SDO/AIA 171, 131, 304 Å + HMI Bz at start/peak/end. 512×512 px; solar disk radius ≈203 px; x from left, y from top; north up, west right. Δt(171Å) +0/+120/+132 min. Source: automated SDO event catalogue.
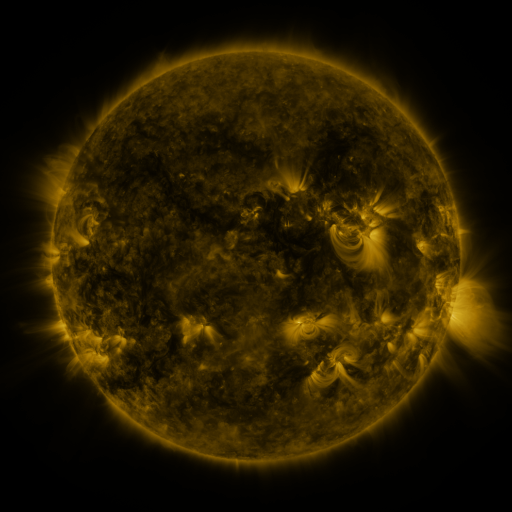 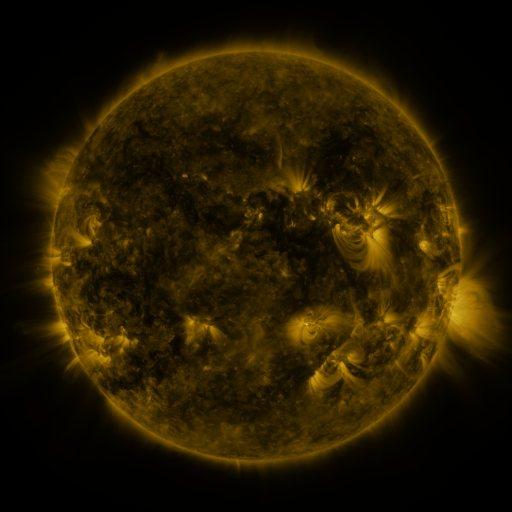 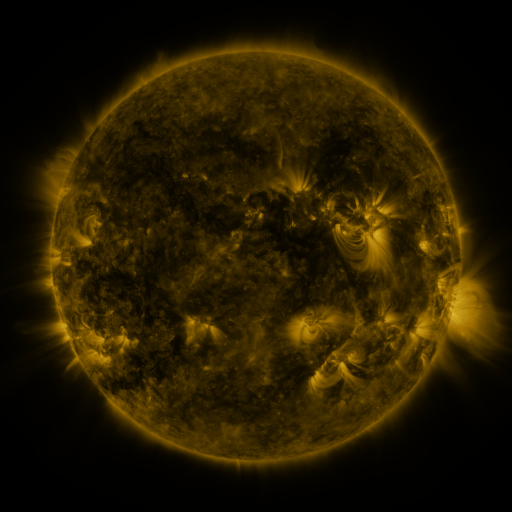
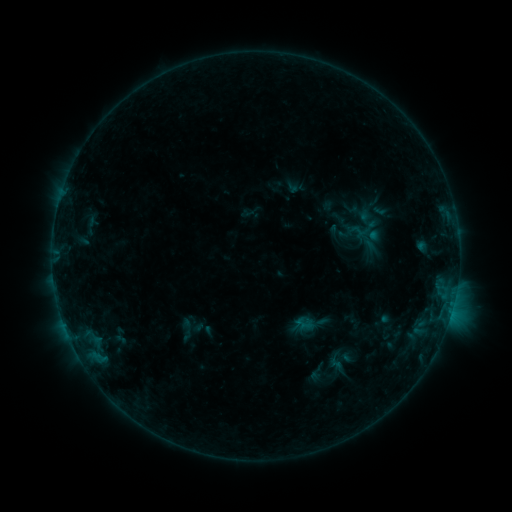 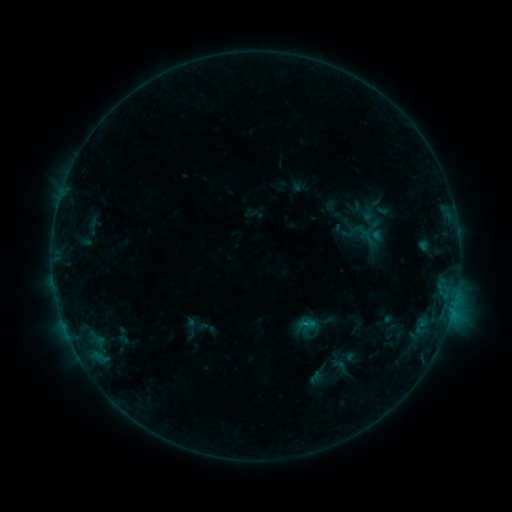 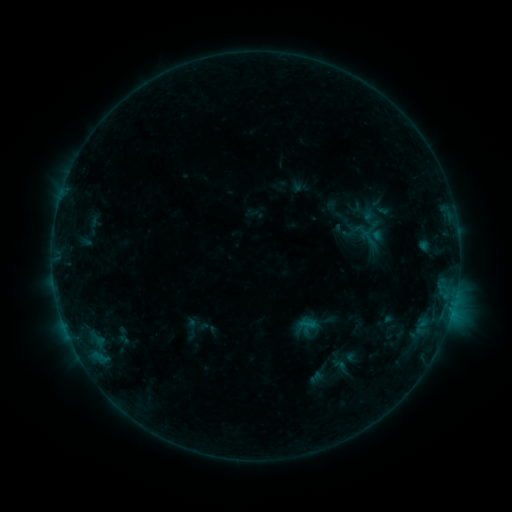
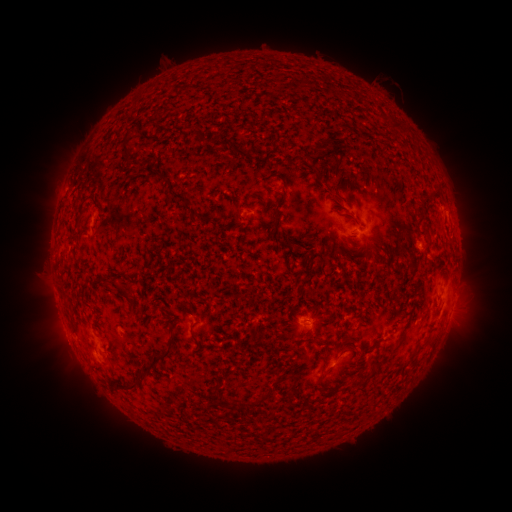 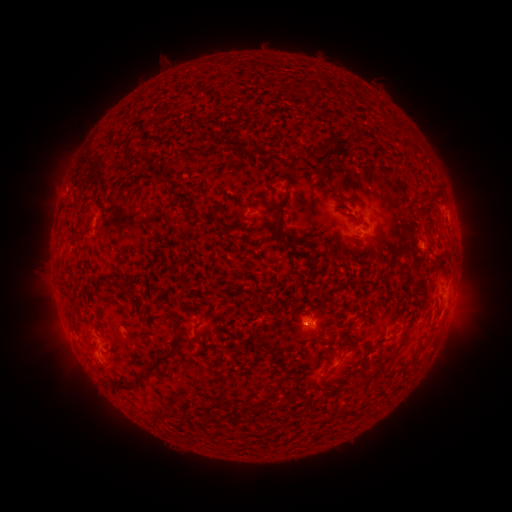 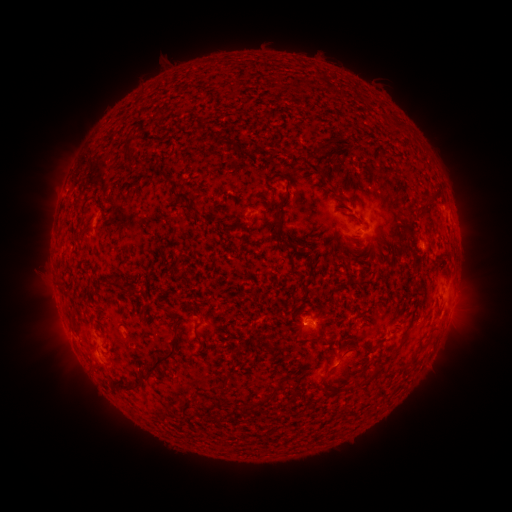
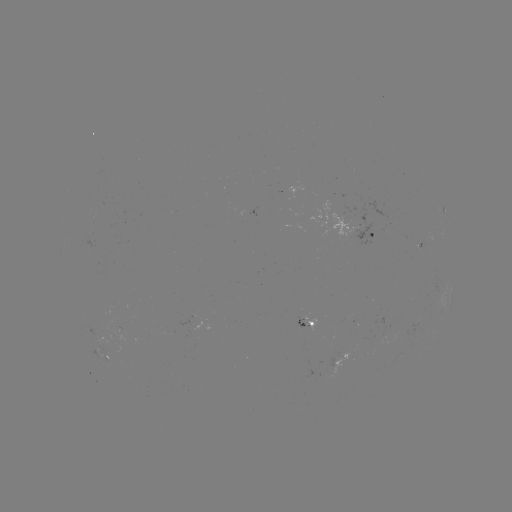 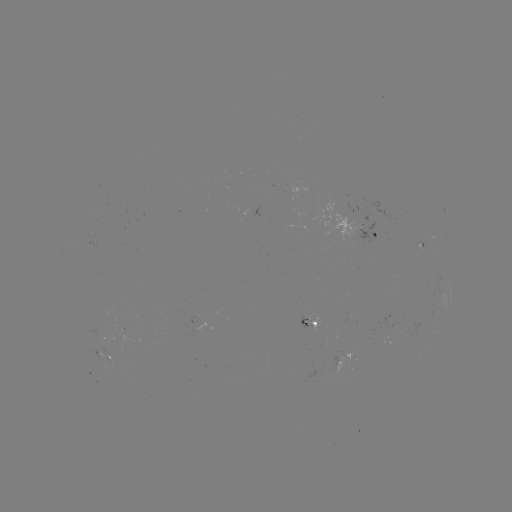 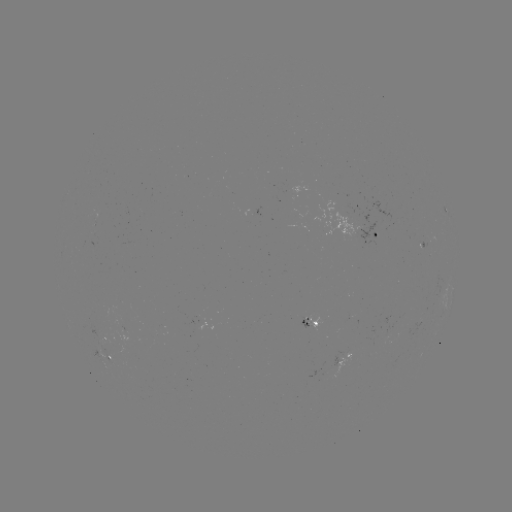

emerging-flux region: [308, 315, 321, 329]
